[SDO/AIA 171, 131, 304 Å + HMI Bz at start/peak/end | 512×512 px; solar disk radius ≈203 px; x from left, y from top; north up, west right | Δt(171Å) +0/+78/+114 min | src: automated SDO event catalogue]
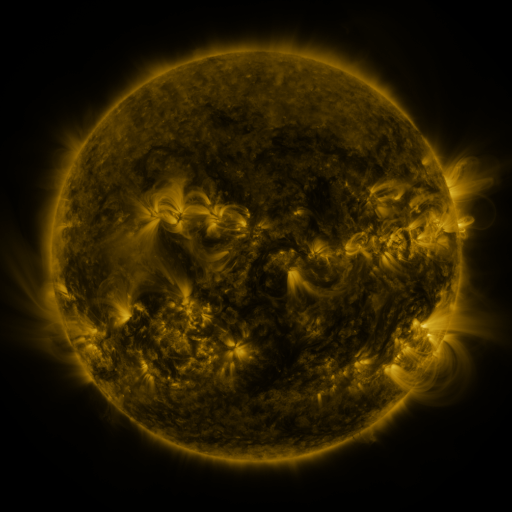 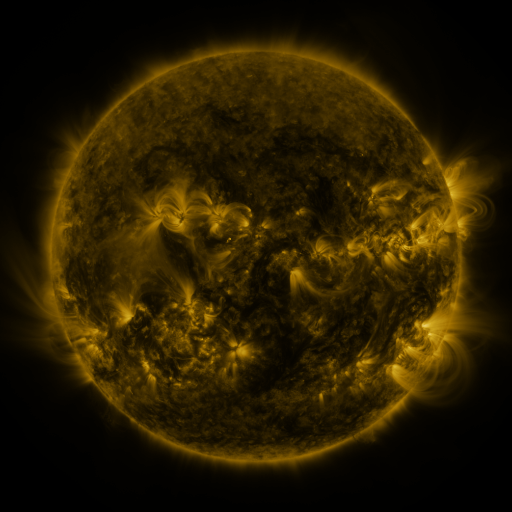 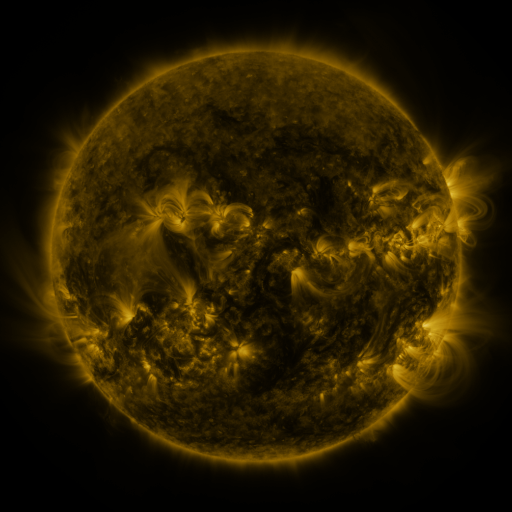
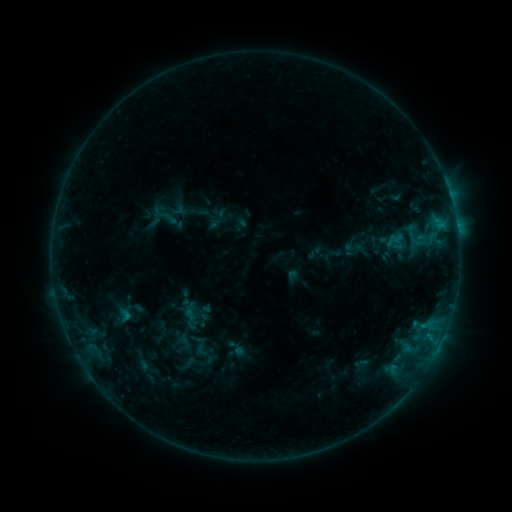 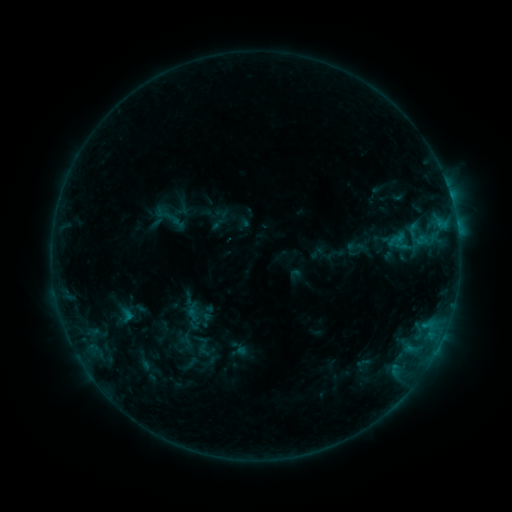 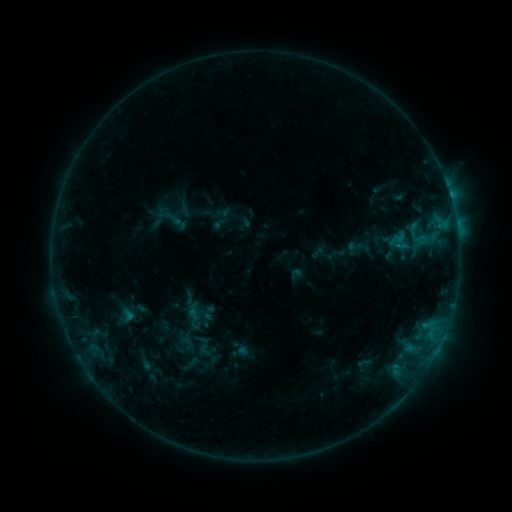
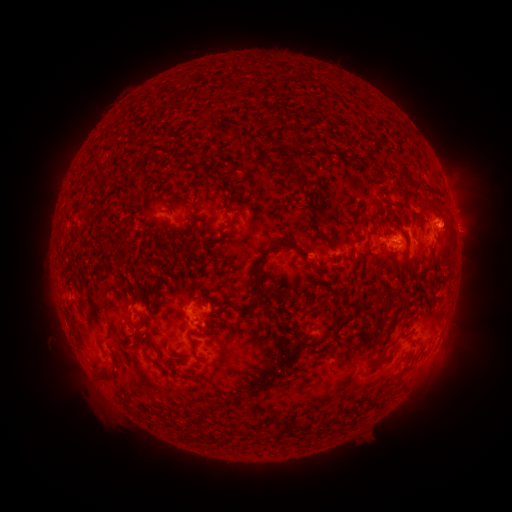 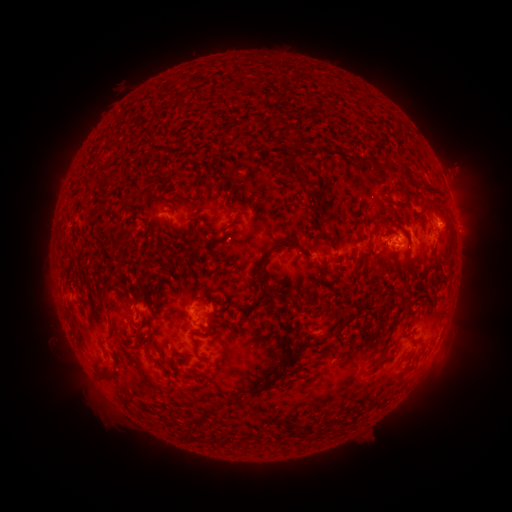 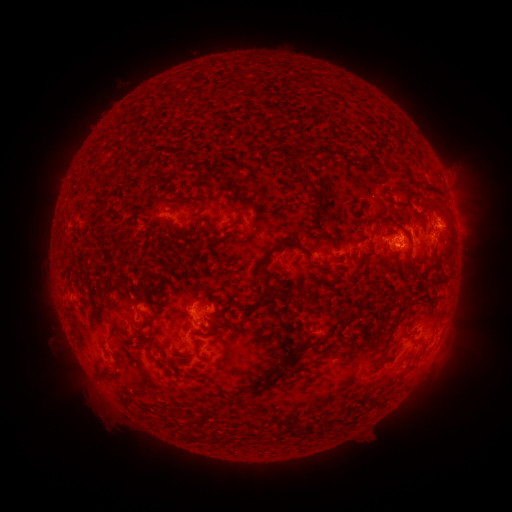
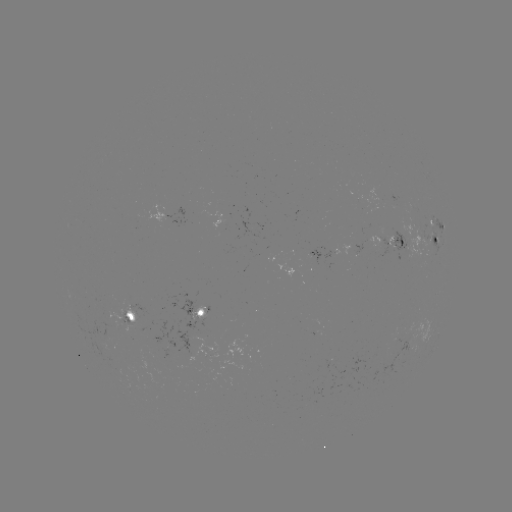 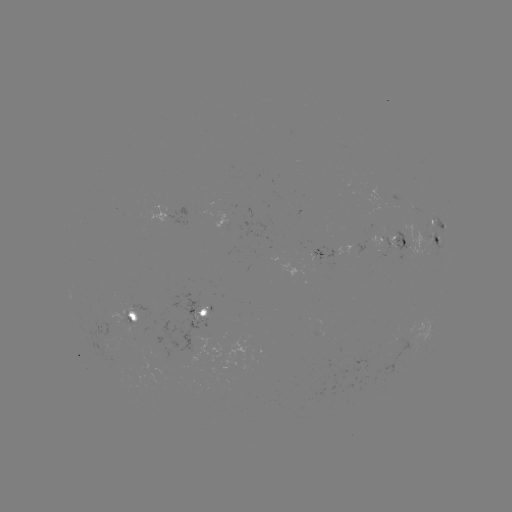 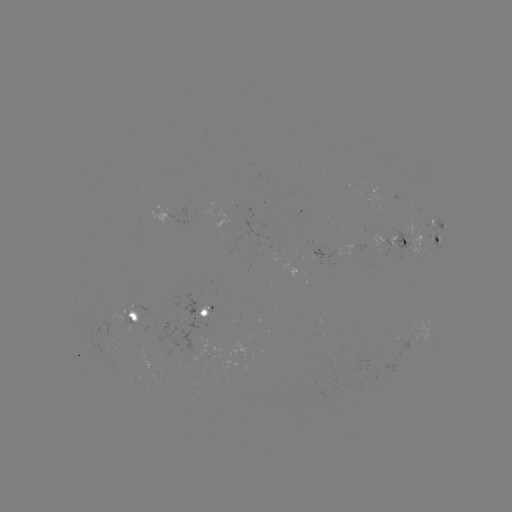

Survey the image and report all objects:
emerging-flux region: (387, 237)
